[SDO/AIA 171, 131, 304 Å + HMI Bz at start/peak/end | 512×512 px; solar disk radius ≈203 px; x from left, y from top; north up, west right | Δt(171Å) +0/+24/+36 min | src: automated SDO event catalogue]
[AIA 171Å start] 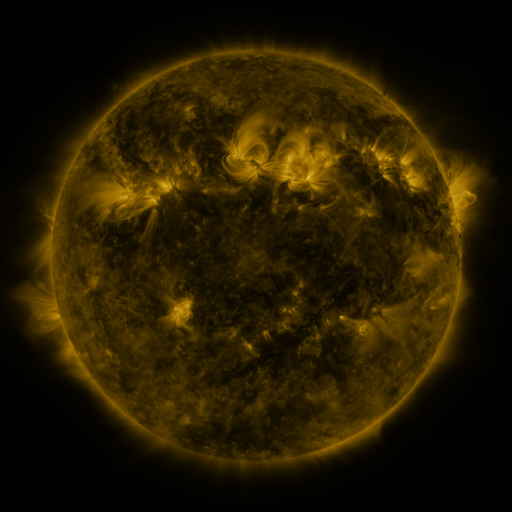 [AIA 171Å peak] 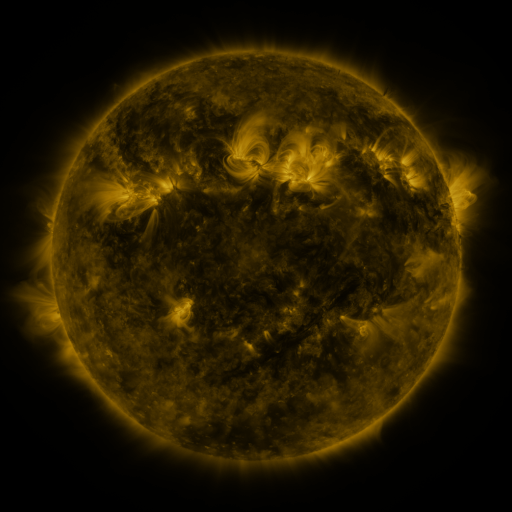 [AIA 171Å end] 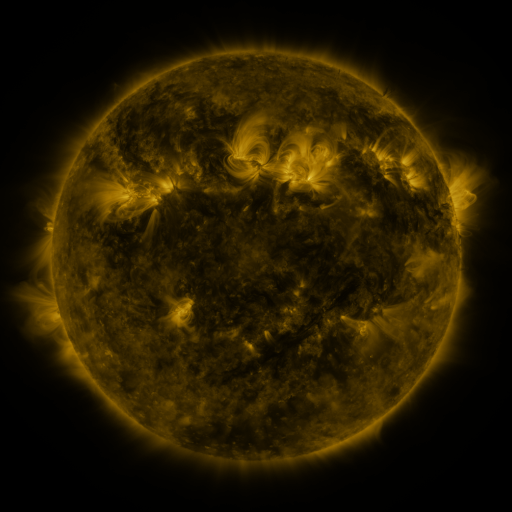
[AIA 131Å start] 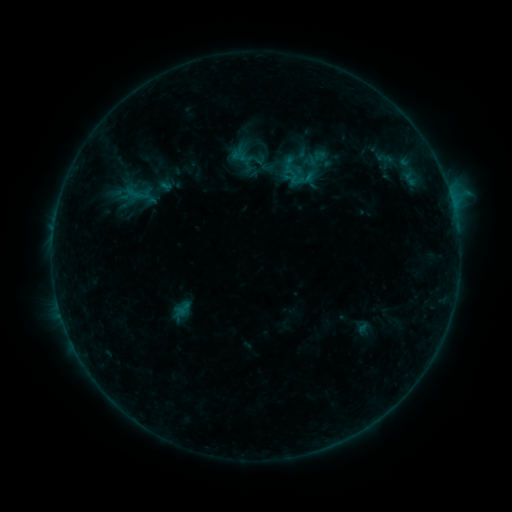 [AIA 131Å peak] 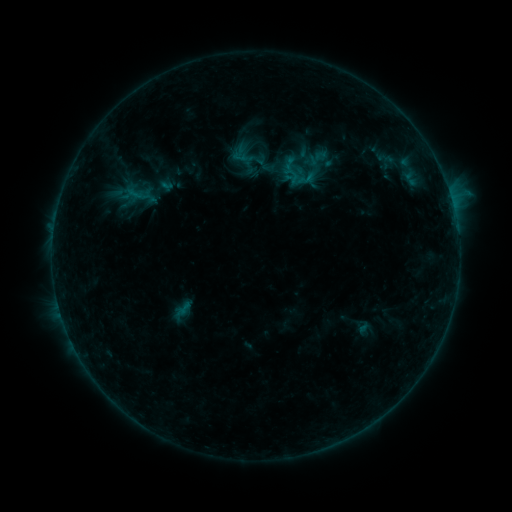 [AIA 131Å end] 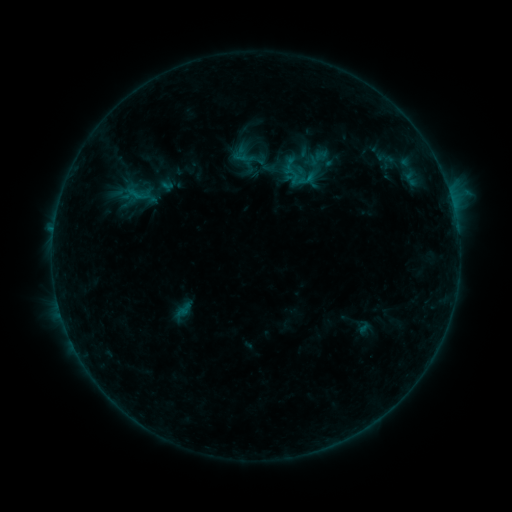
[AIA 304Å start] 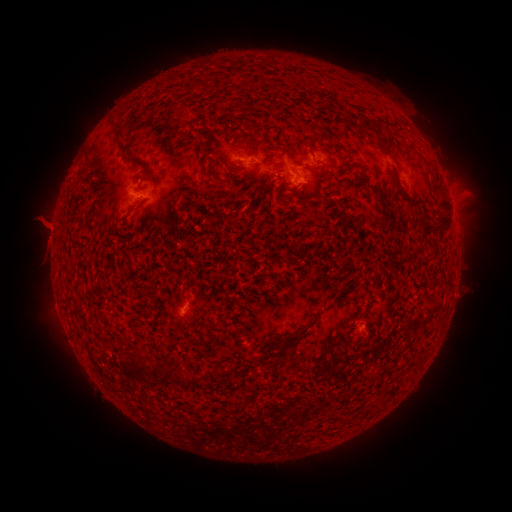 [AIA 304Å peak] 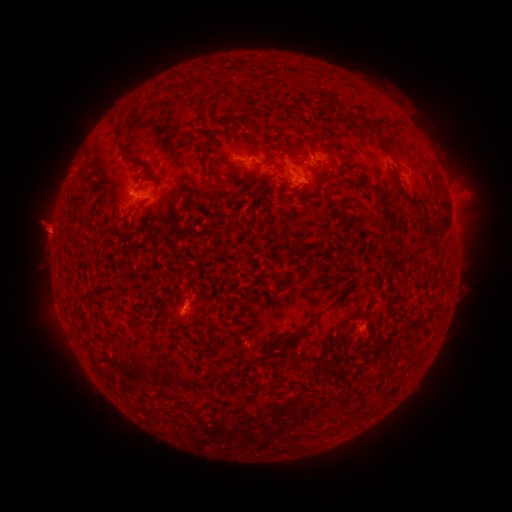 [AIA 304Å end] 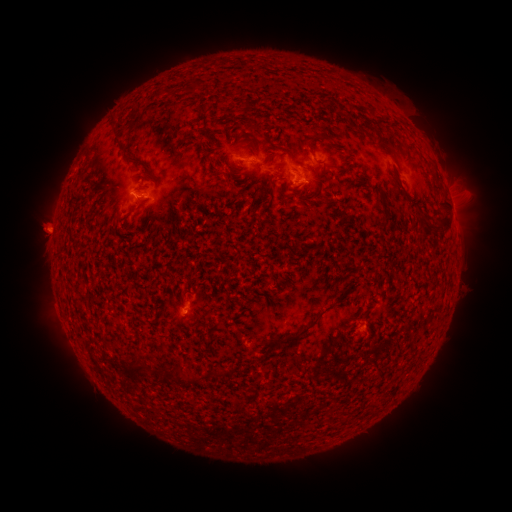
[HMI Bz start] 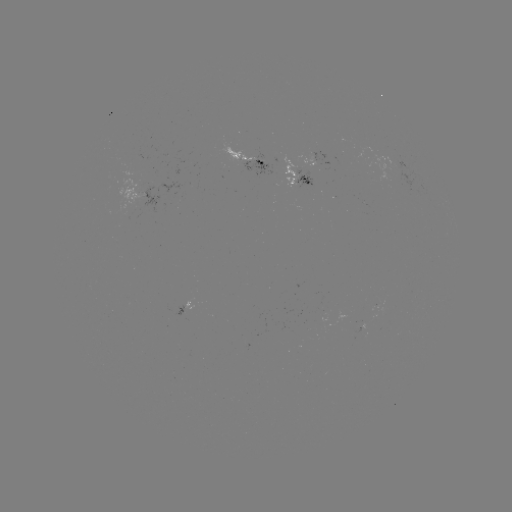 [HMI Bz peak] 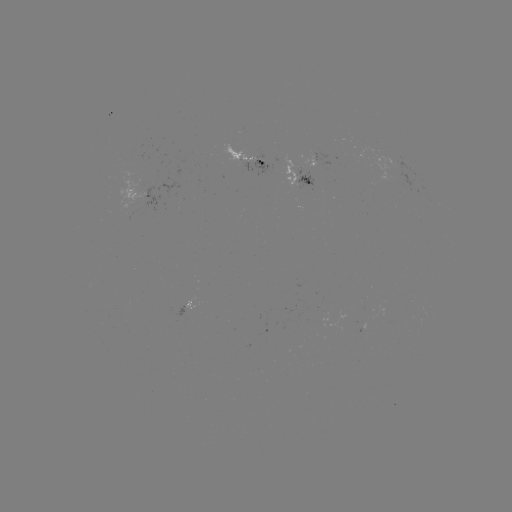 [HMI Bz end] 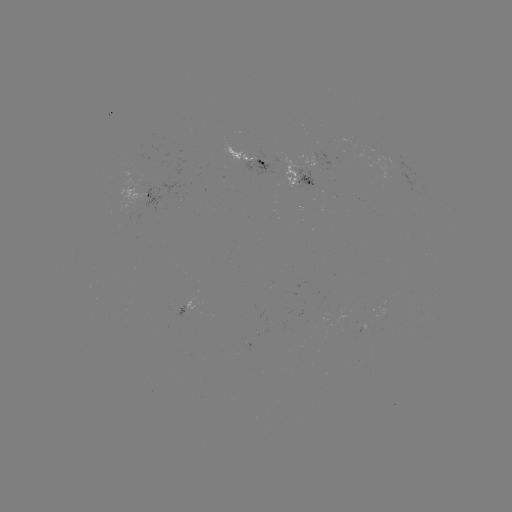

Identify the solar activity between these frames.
emerging-flux region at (301, 178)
